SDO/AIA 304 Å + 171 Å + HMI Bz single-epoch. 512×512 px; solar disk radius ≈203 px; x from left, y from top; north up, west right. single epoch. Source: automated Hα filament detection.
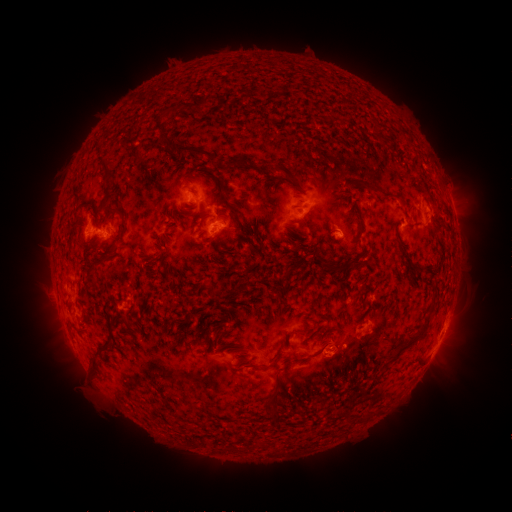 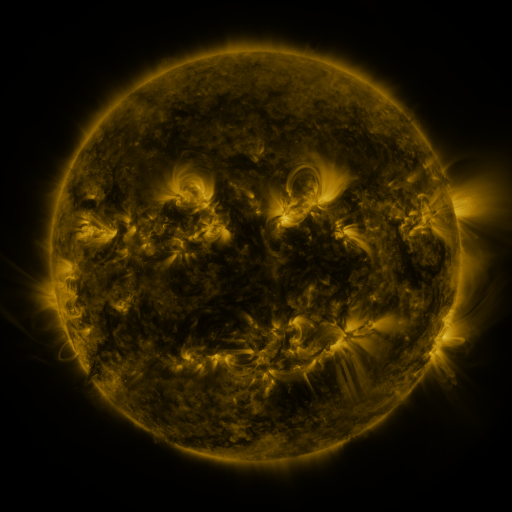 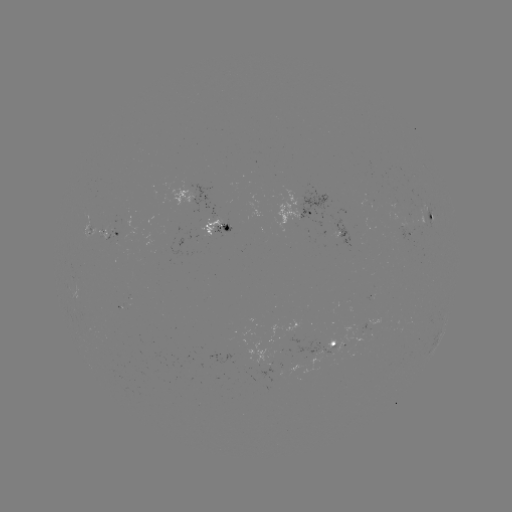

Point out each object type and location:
filament: [162, 137, 171, 147]
filament: [176, 144, 213, 160]
filament: [97, 154, 116, 182]
filament: [285, 172, 301, 187]
filament: [363, 182, 398, 201]
filament: [221, 195, 245, 233]
filament: [108, 205, 120, 213]
filament: [355, 213, 365, 239]
filament: [342, 257, 368, 268]
filament: [319, 259, 345, 274]
filament: [410, 264, 423, 274]
filament: [85, 267, 95, 280]
filament: [205, 282, 218, 296]
filament: [390, 315, 431, 360]
filament: [214, 324, 223, 332]
filament: [305, 342, 328, 359]
filament: [266, 348, 283, 368]
filament: [89, 356, 97, 367]
filament: [271, 383, 277, 392]
filament: [269, 410, 278, 421]
